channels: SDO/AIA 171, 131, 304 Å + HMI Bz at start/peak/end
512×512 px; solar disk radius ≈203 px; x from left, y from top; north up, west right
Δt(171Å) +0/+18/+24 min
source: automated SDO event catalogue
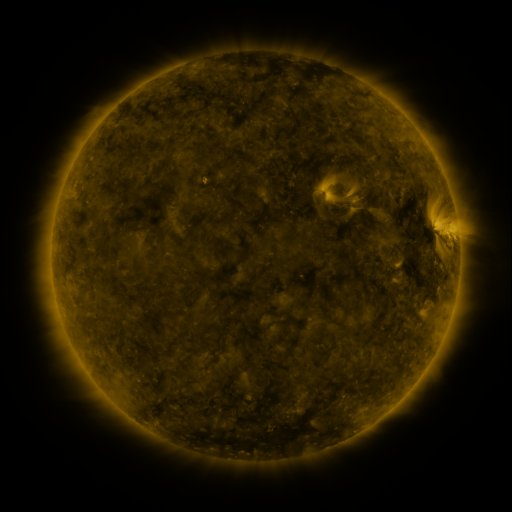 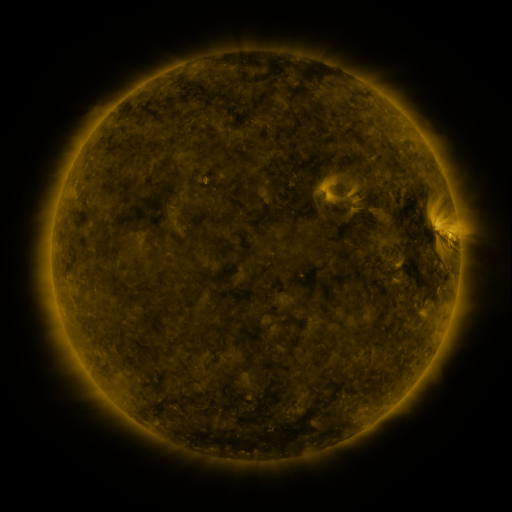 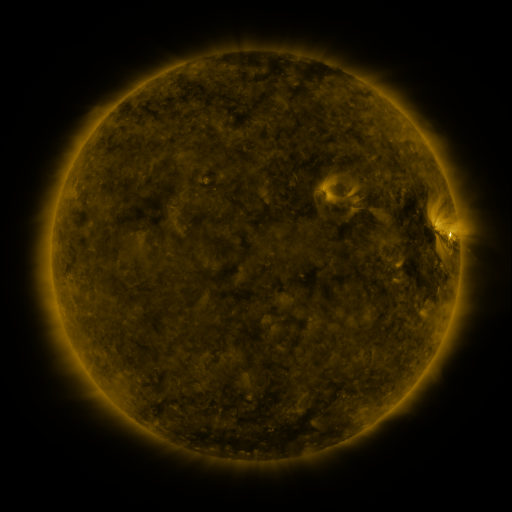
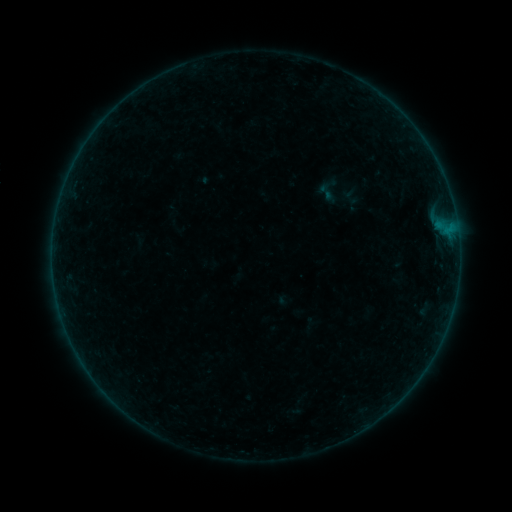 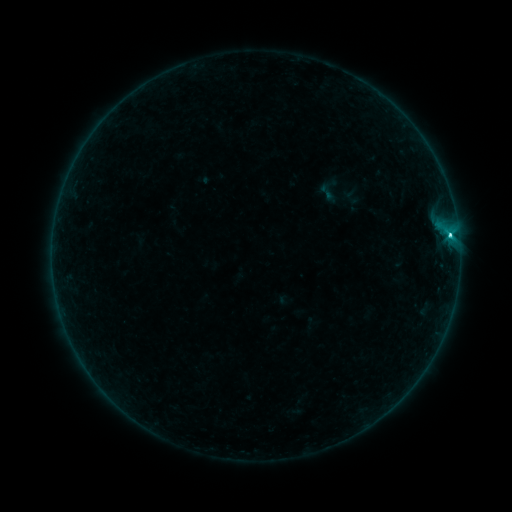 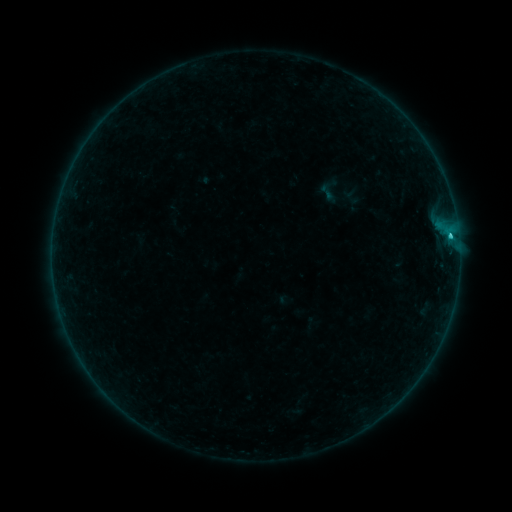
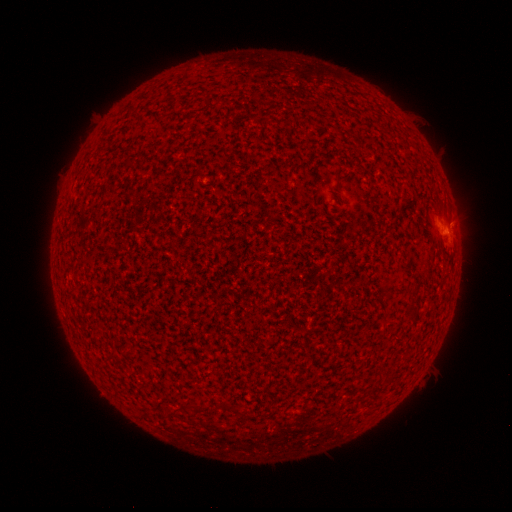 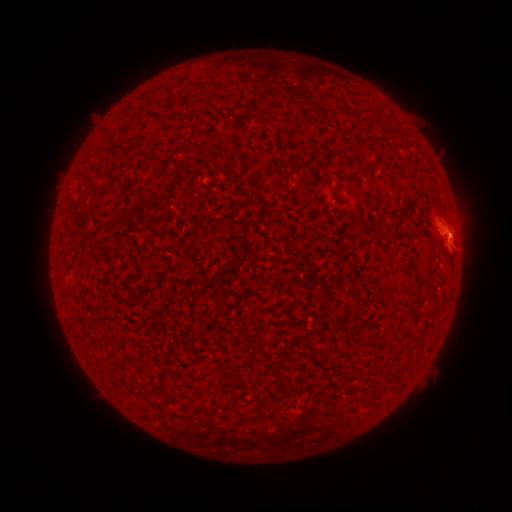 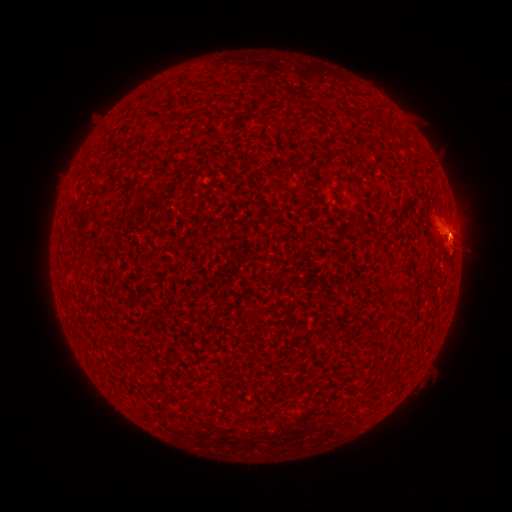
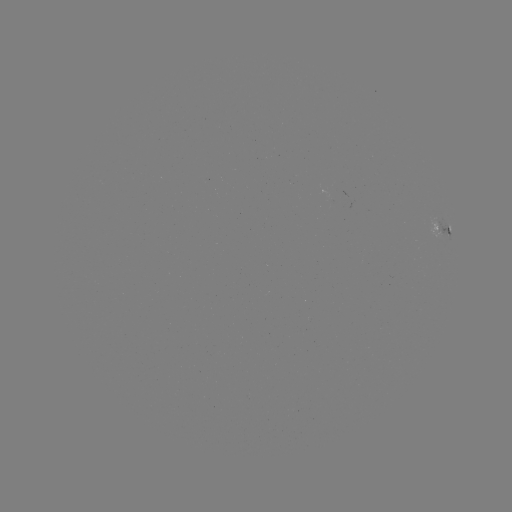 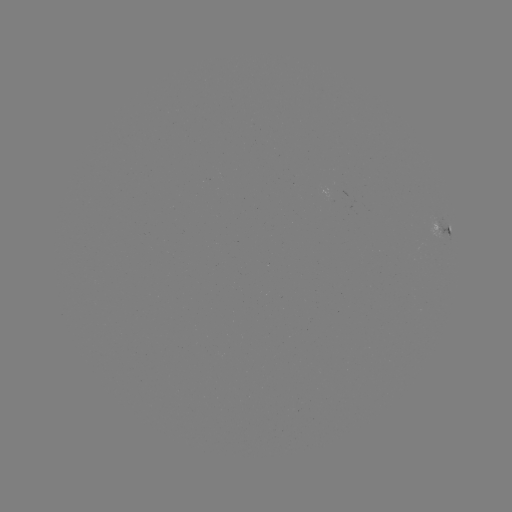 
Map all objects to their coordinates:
C1.9 flare: (449, 235)
